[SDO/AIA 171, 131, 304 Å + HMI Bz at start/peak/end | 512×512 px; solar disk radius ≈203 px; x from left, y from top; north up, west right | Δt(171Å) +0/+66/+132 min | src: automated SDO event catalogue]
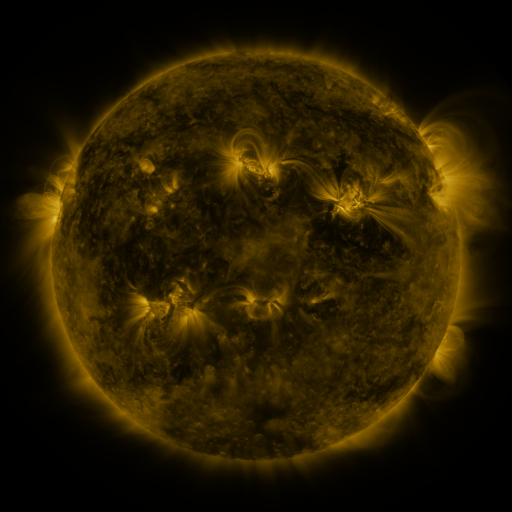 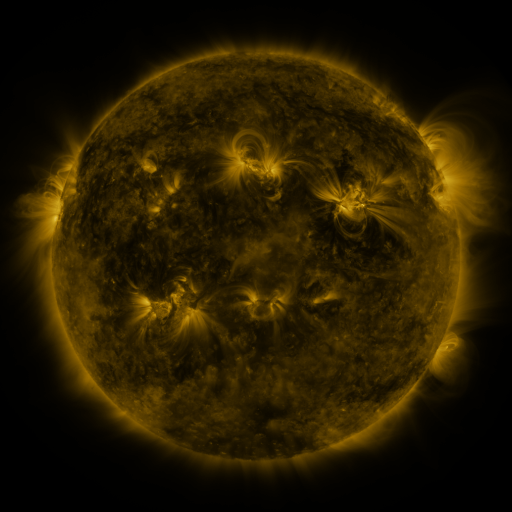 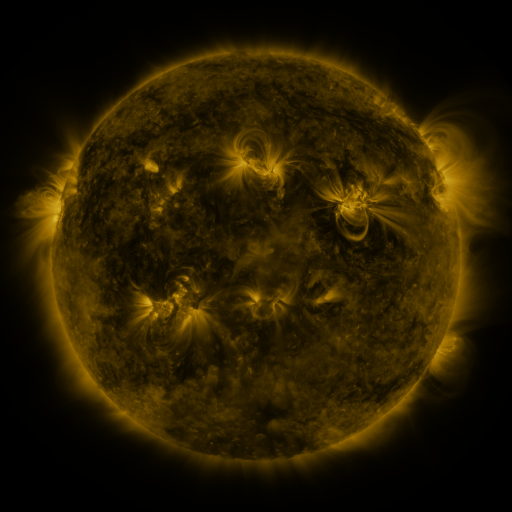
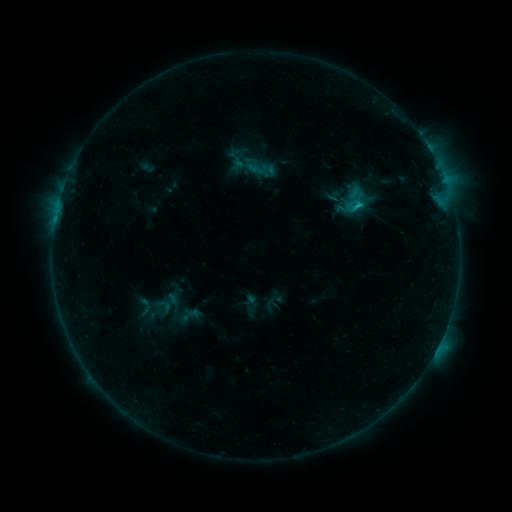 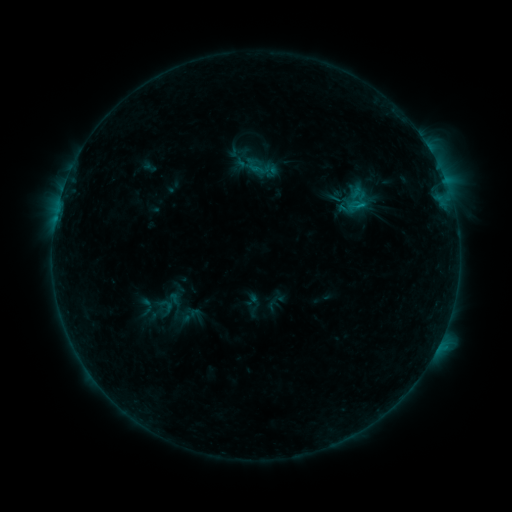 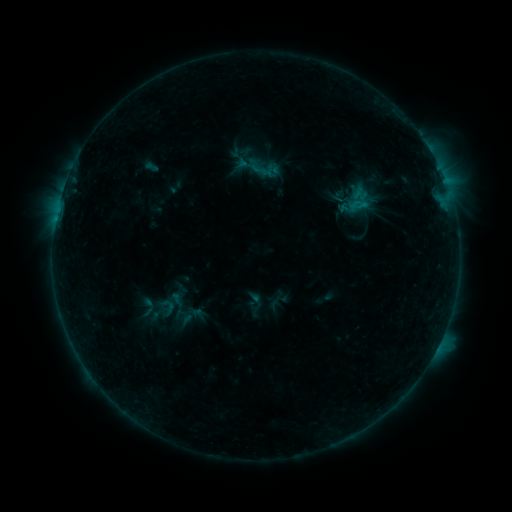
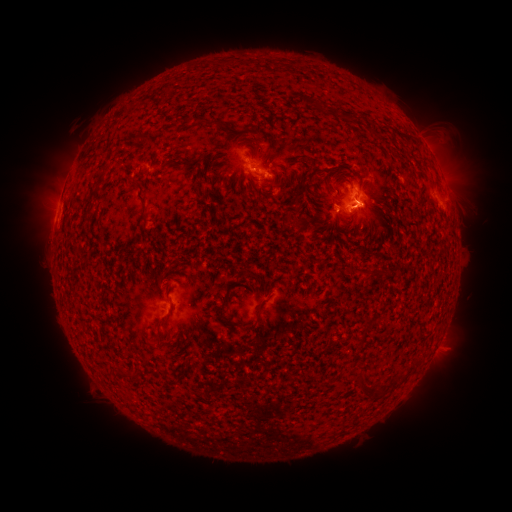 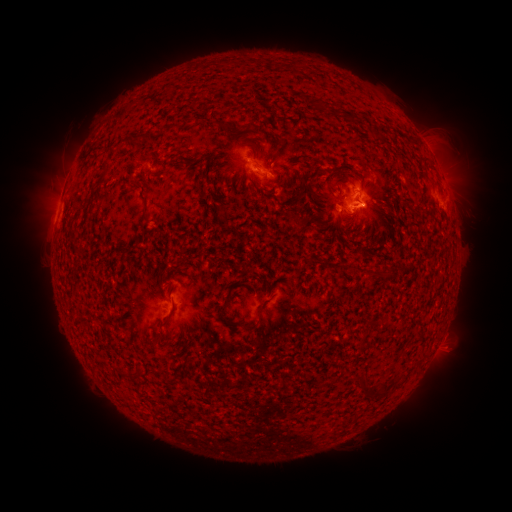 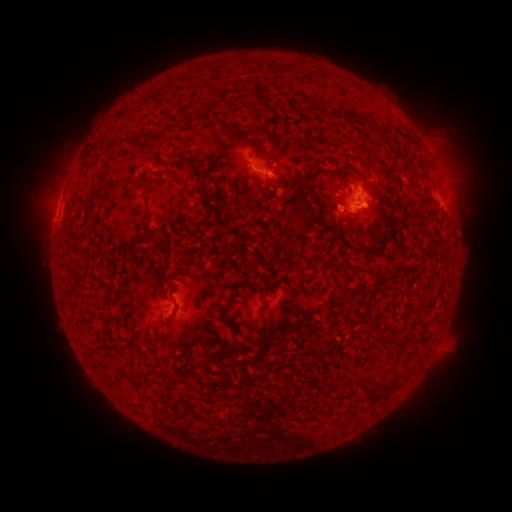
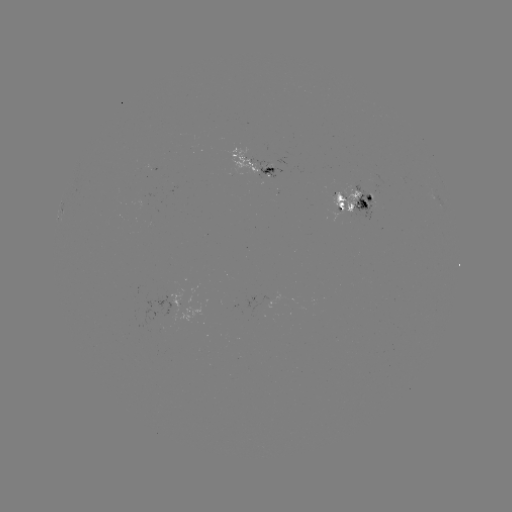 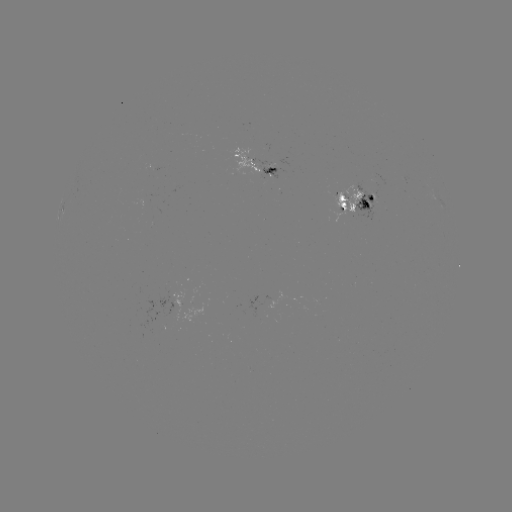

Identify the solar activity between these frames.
emerging-flux region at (344, 198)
